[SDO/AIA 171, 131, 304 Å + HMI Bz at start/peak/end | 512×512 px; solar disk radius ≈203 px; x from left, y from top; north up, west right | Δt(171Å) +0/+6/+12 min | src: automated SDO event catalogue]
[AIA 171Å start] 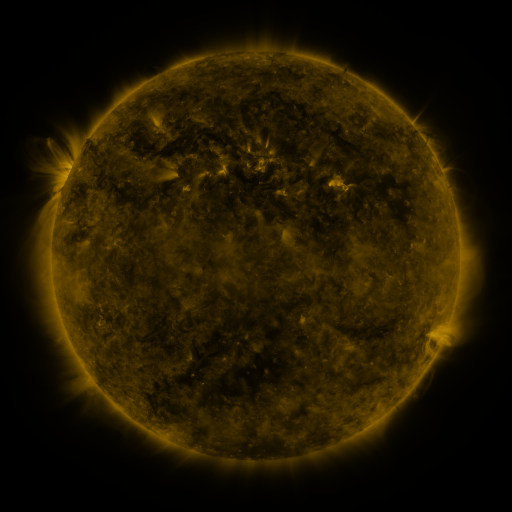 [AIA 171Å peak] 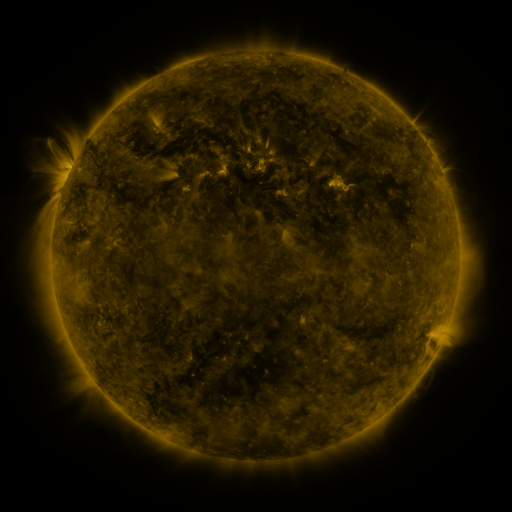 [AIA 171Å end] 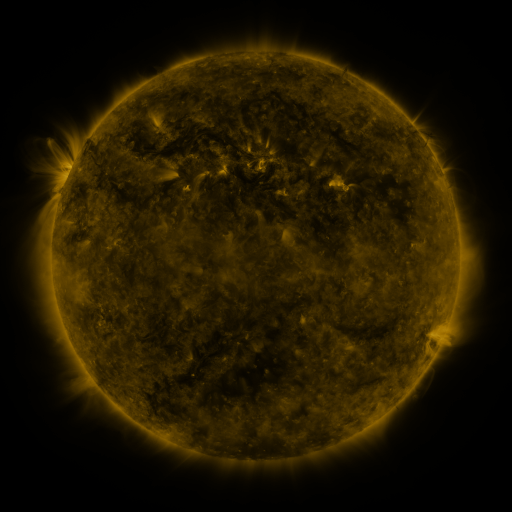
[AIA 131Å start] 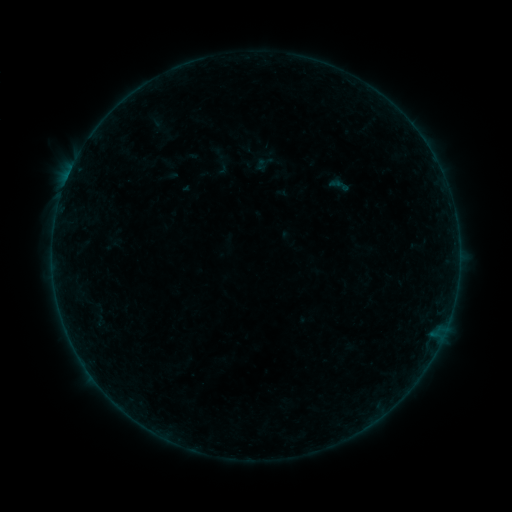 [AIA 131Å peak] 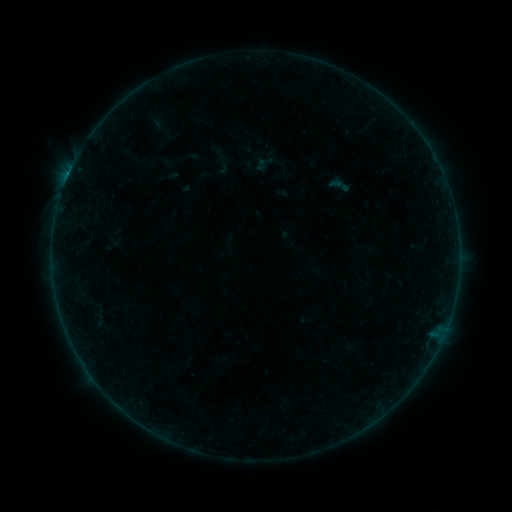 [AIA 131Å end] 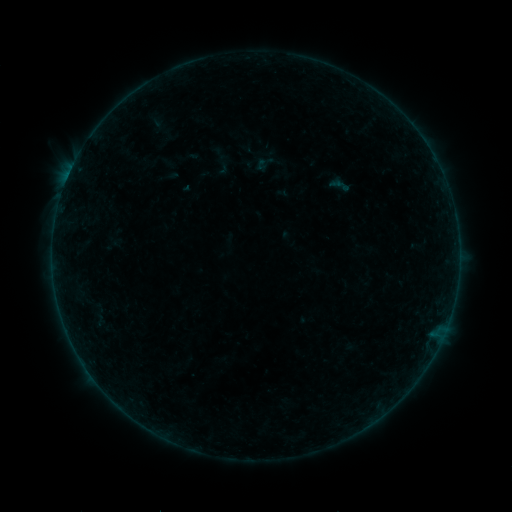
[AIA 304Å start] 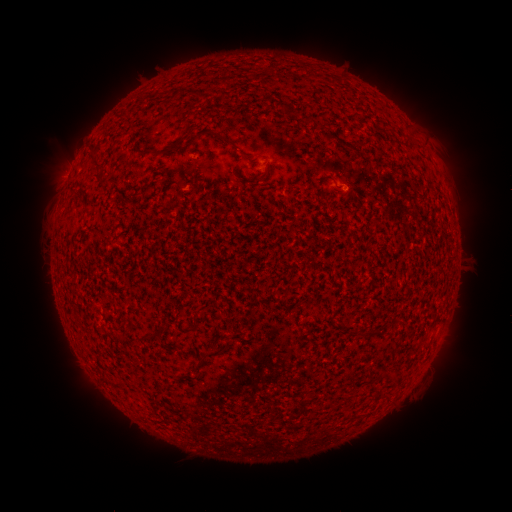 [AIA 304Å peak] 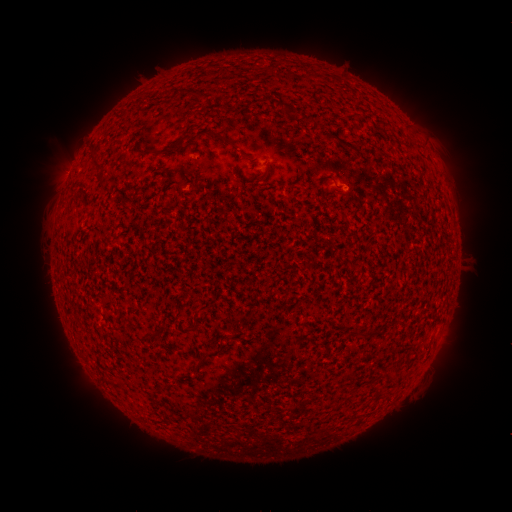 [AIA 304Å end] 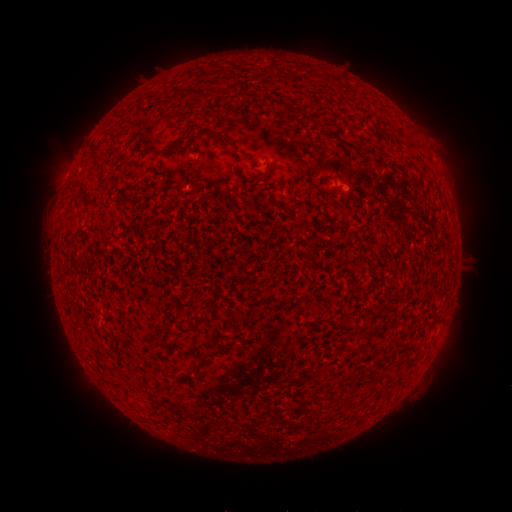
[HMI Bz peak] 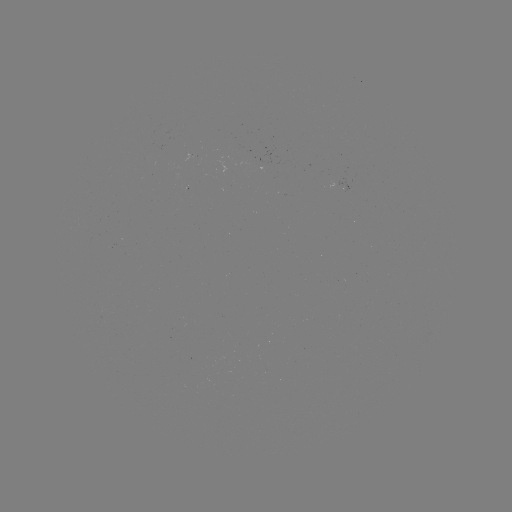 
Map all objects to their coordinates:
B1.8 flare: (259, 164)
